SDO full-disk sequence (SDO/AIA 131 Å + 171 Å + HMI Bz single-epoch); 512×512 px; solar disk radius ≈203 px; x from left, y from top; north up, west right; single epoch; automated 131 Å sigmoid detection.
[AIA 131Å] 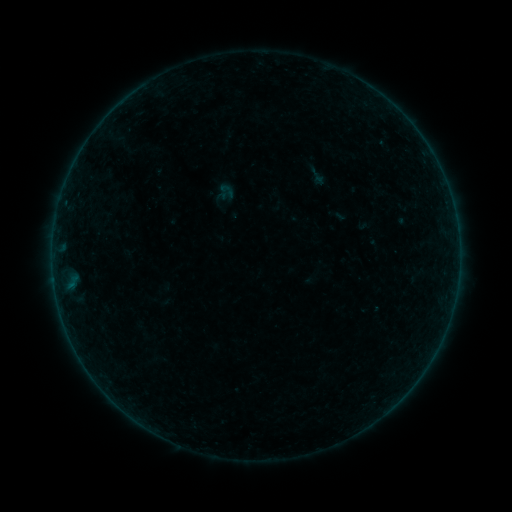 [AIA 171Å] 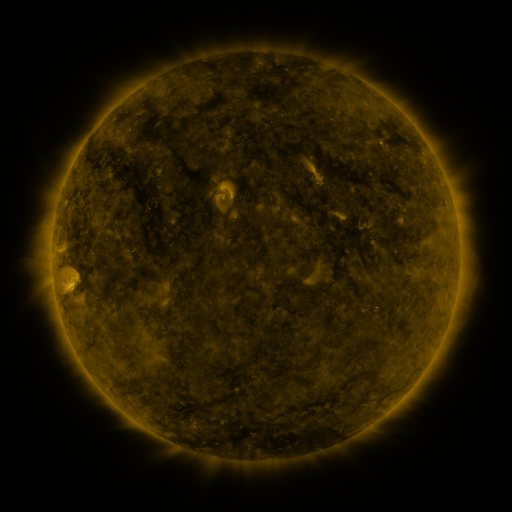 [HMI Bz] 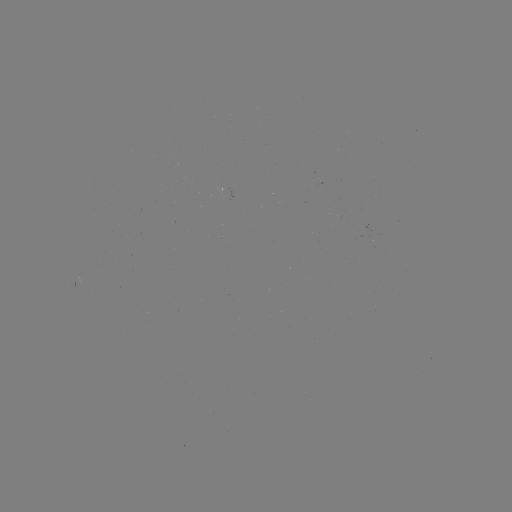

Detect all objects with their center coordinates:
sigmoid: (317, 175)
